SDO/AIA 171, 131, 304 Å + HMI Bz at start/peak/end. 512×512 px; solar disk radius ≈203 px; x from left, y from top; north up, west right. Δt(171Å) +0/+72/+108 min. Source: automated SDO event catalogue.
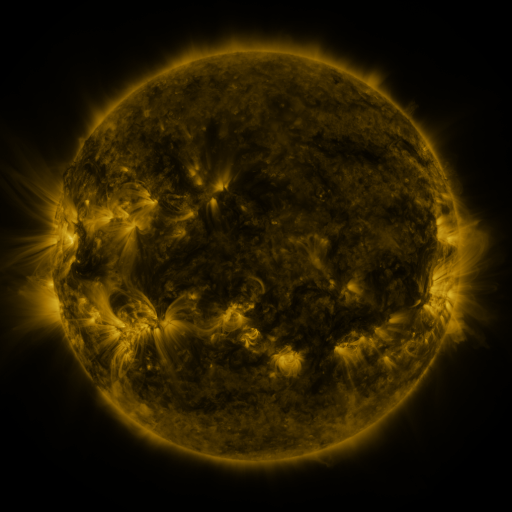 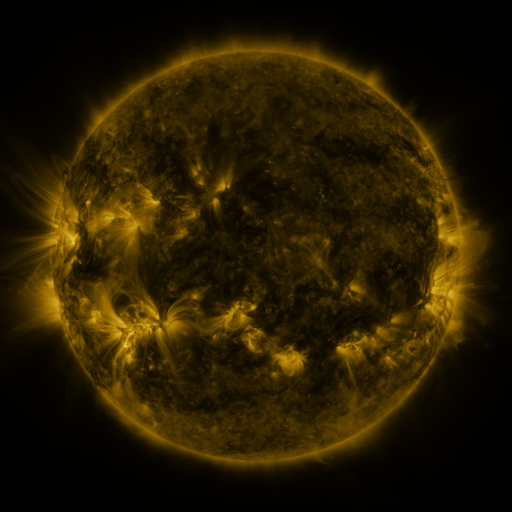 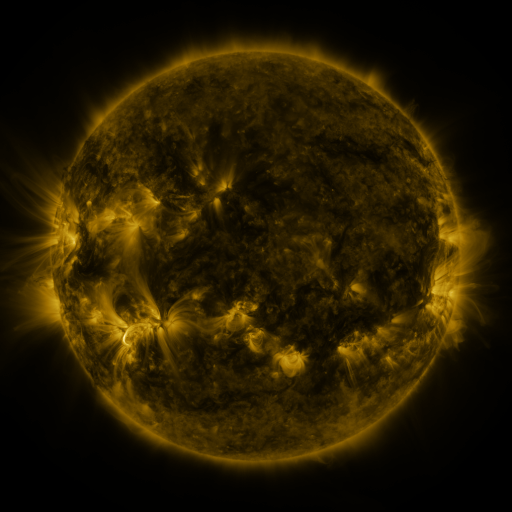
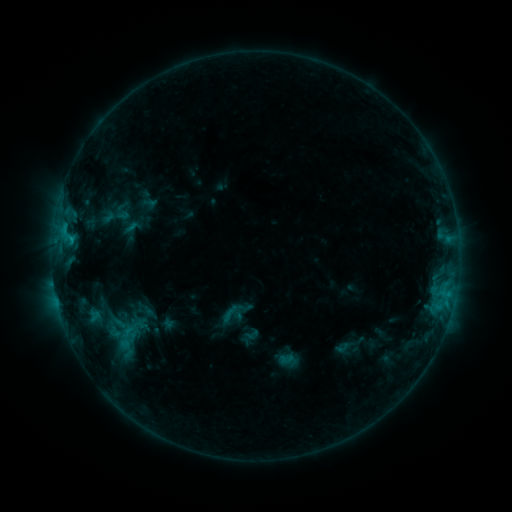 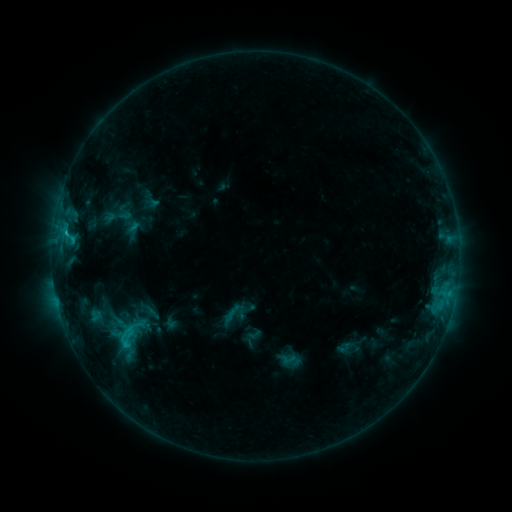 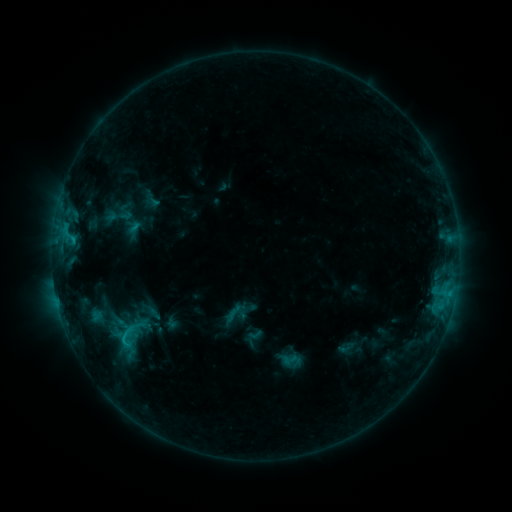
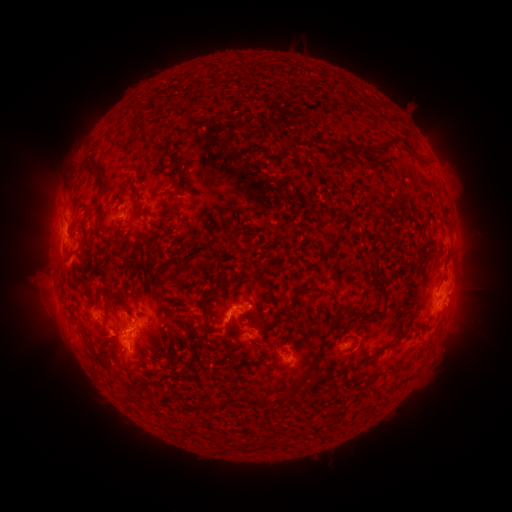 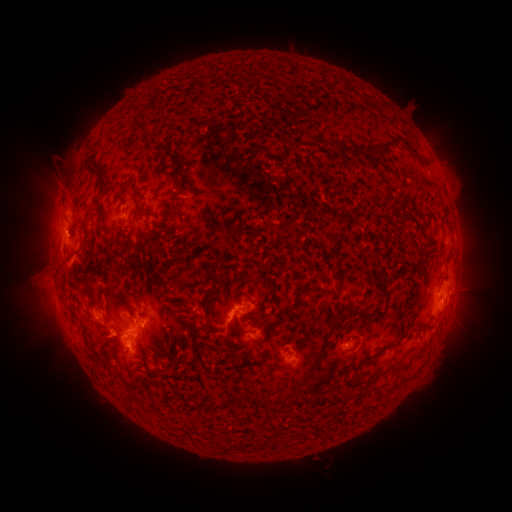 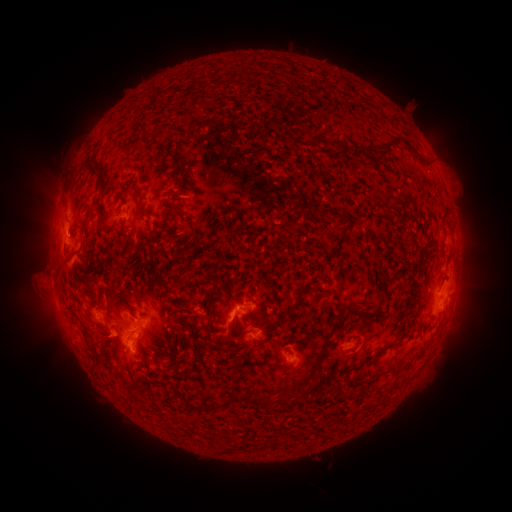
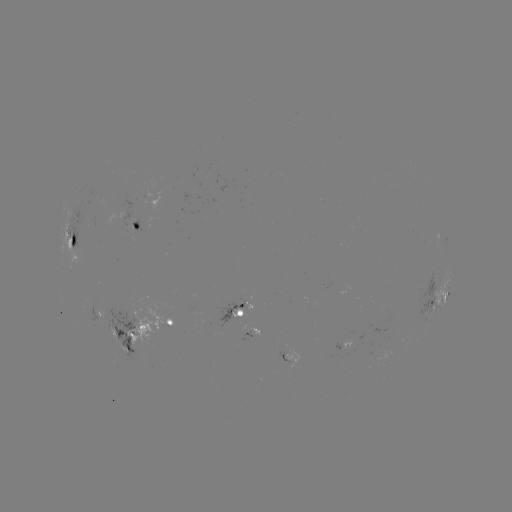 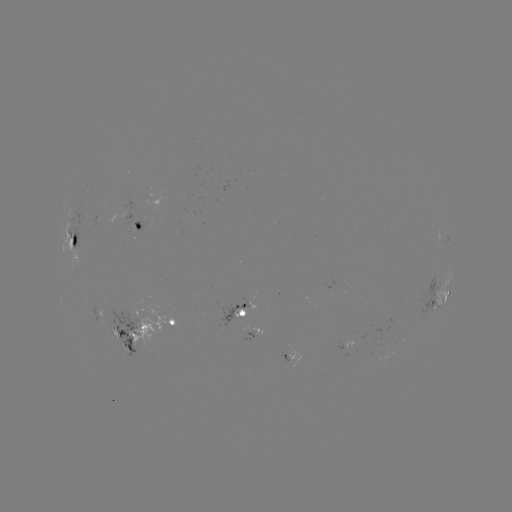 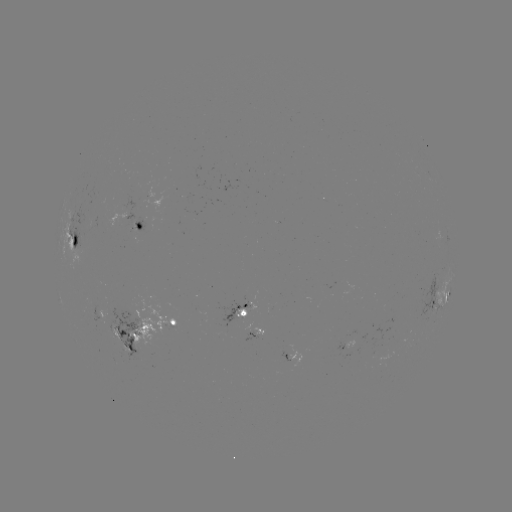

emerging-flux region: <bbox>193, 308, 203, 314</bbox>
